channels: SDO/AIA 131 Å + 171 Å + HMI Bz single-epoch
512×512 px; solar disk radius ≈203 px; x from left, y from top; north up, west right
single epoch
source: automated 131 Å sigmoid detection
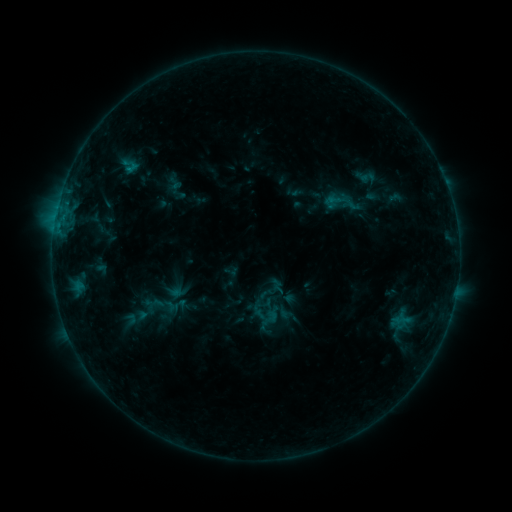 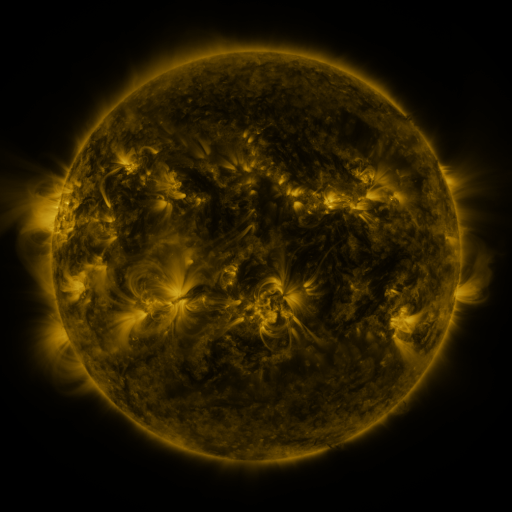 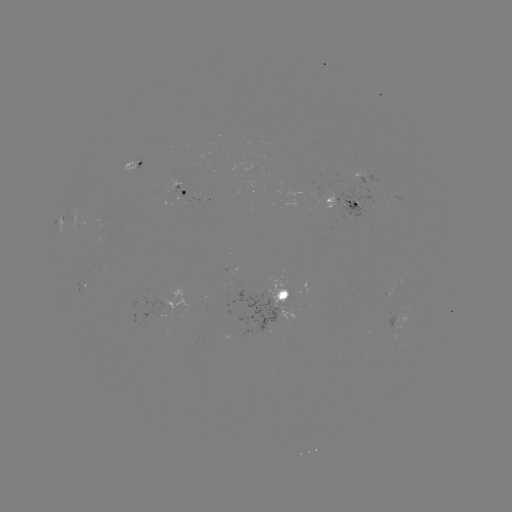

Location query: sigmoid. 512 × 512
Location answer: (267, 315).